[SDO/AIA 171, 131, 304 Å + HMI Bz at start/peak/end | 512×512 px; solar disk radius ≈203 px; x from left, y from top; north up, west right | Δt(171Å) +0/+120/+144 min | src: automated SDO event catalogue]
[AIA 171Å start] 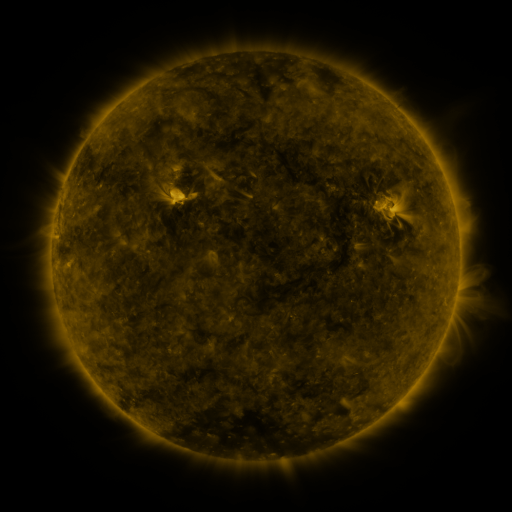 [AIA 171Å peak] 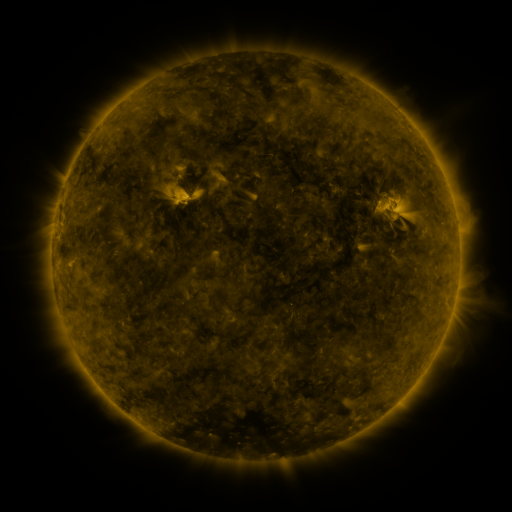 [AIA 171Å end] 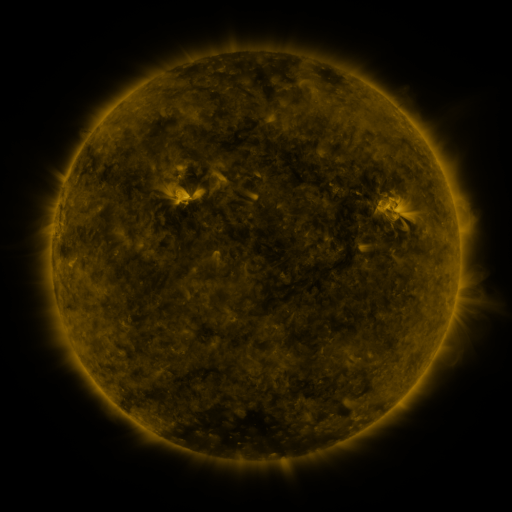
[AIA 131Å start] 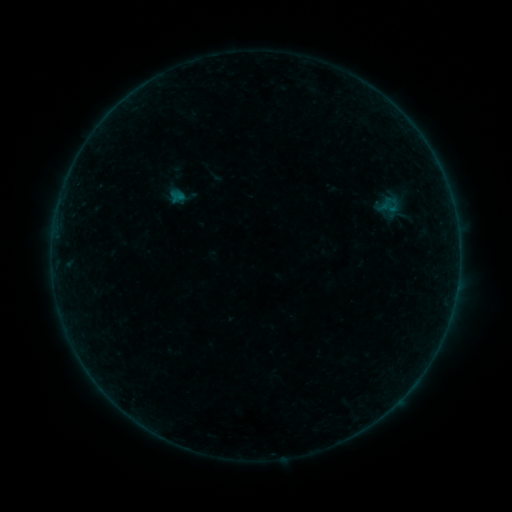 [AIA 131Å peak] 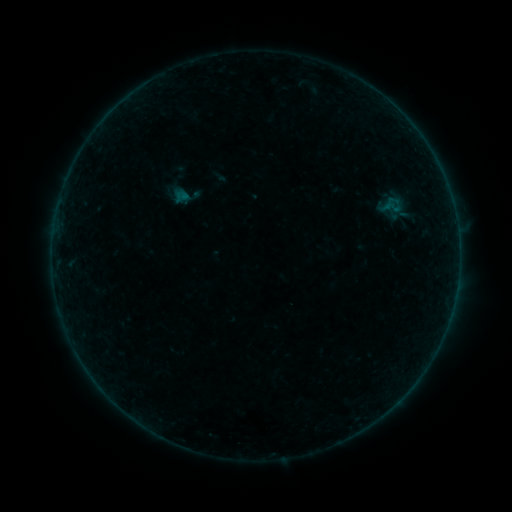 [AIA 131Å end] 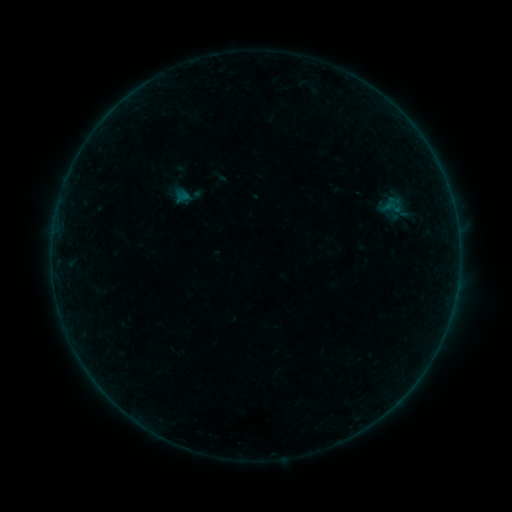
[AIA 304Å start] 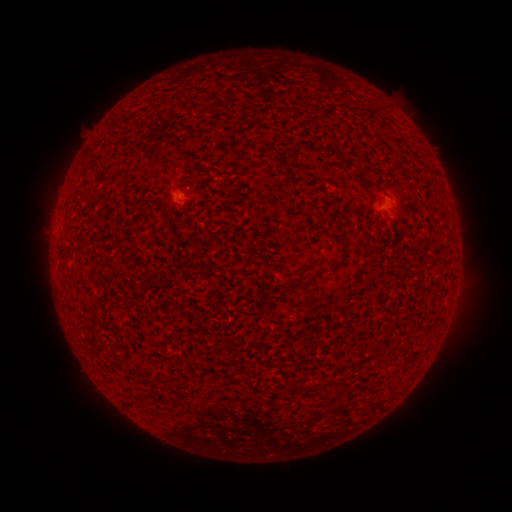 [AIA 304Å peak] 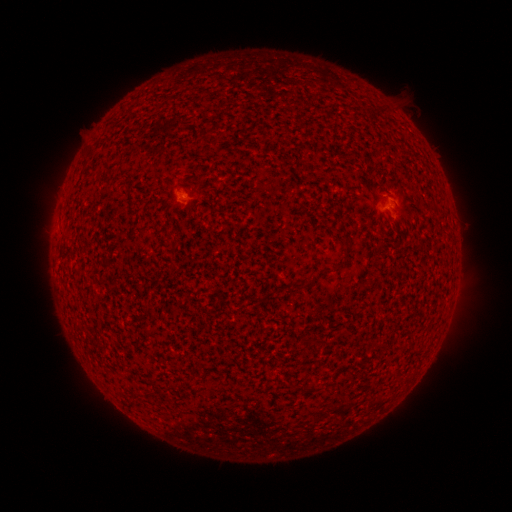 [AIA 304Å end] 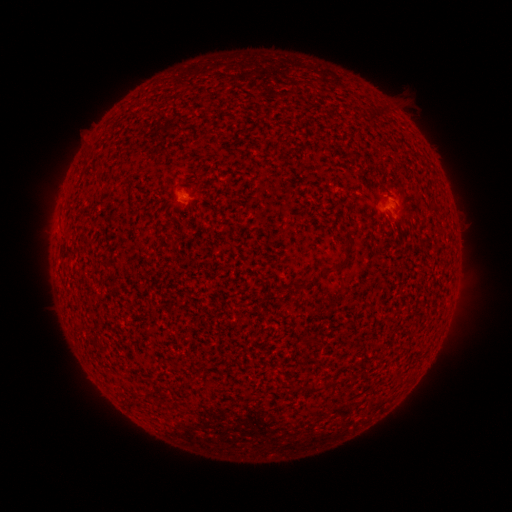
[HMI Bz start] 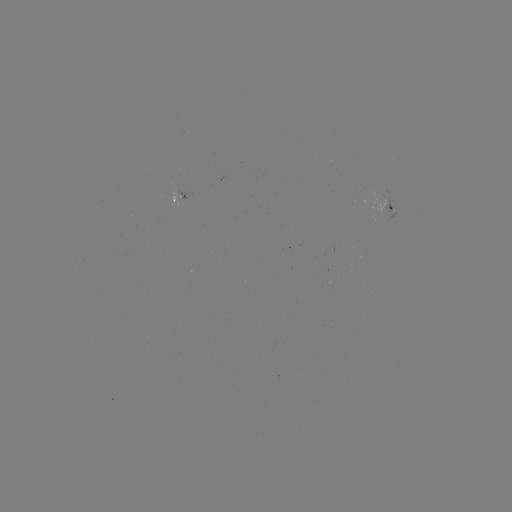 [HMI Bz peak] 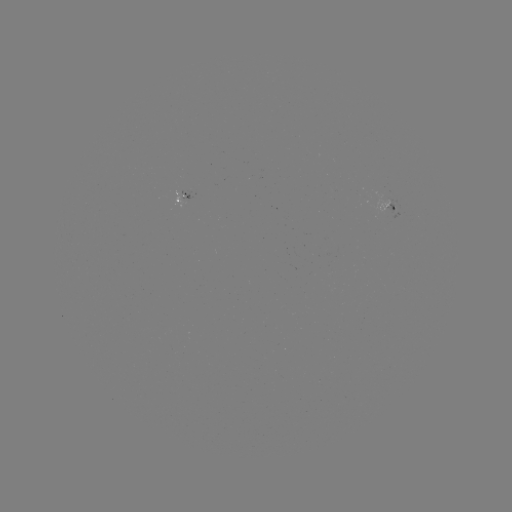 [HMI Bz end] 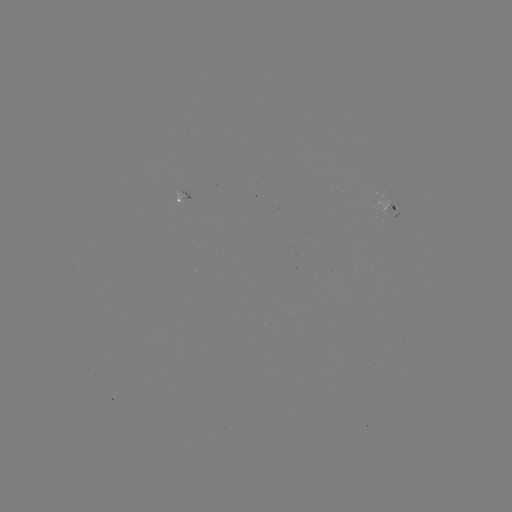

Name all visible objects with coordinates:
emerging-flux region: (383, 200)
